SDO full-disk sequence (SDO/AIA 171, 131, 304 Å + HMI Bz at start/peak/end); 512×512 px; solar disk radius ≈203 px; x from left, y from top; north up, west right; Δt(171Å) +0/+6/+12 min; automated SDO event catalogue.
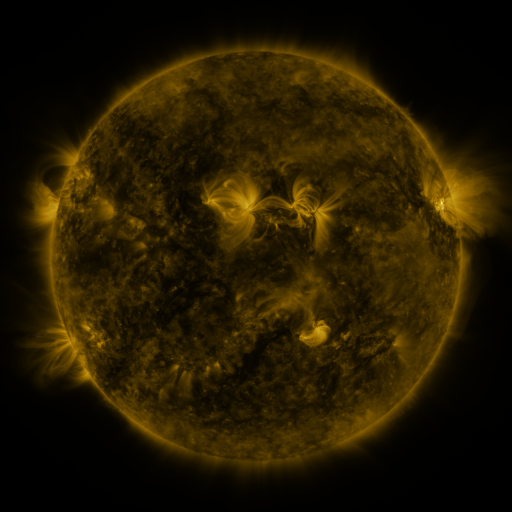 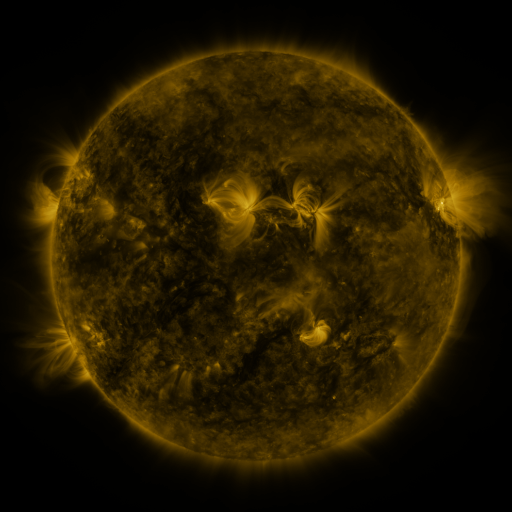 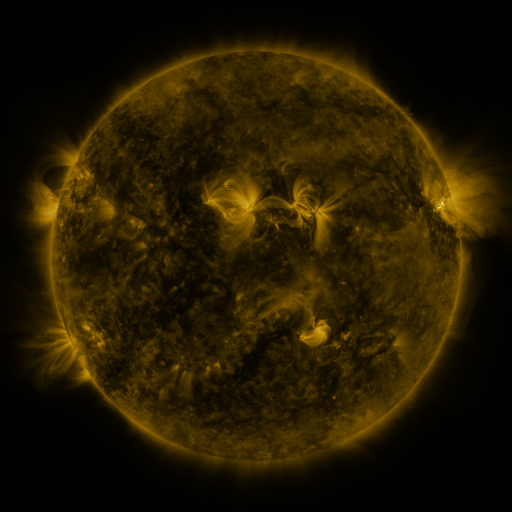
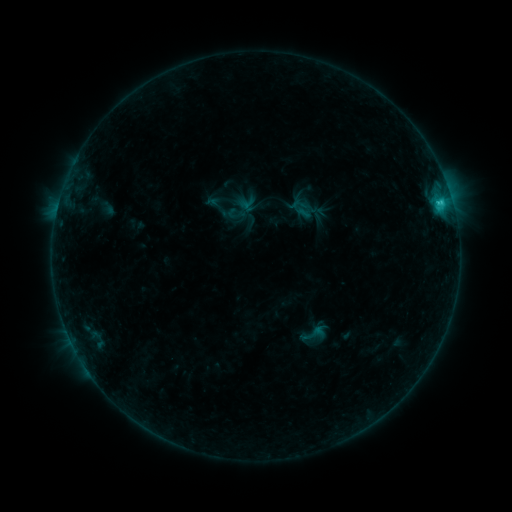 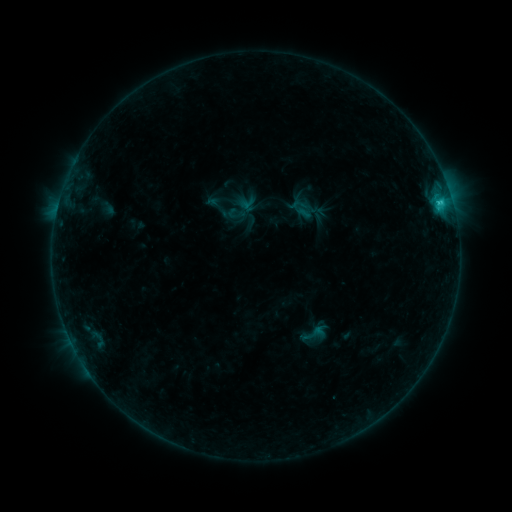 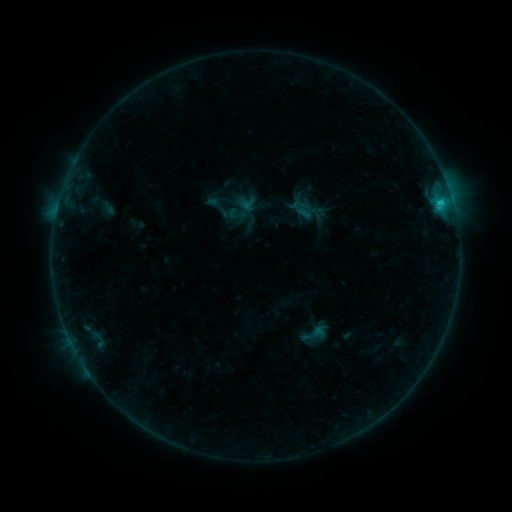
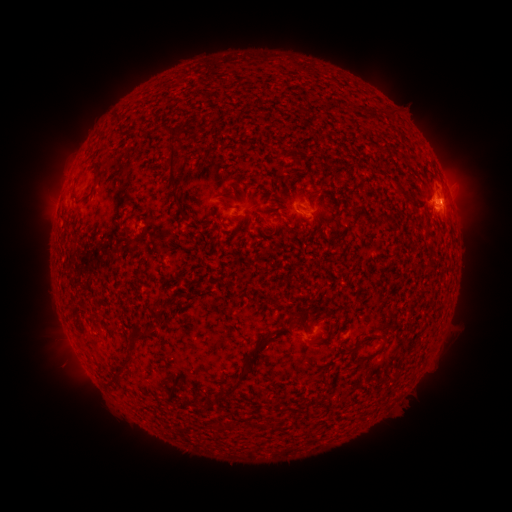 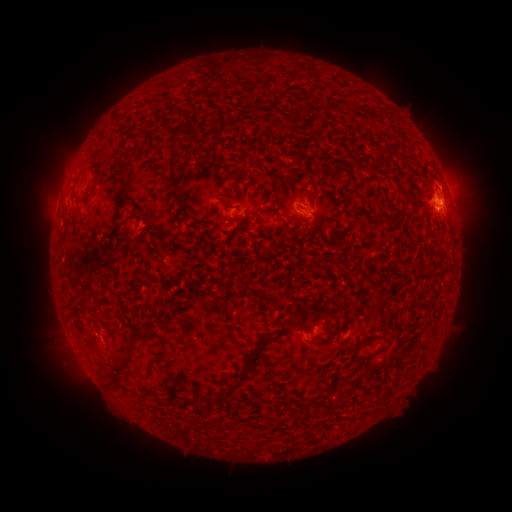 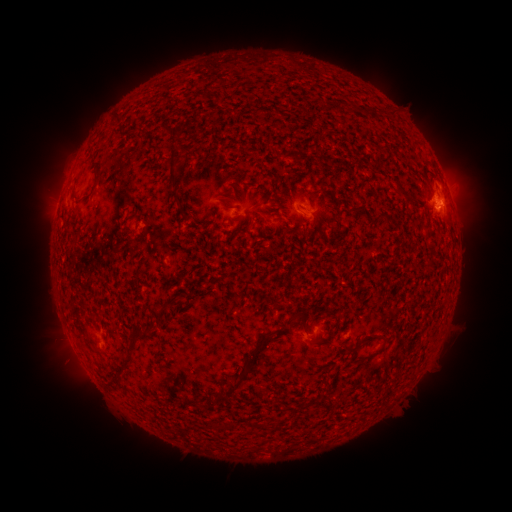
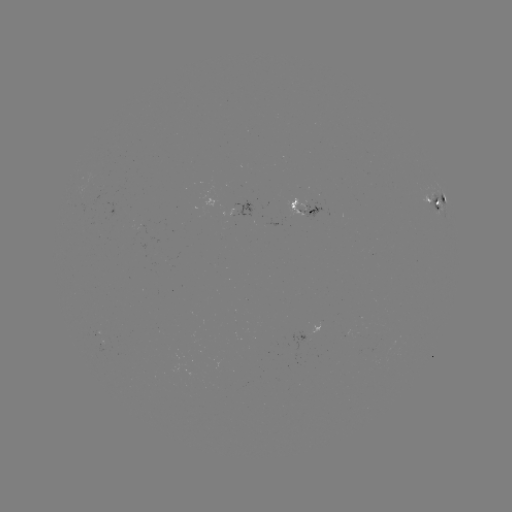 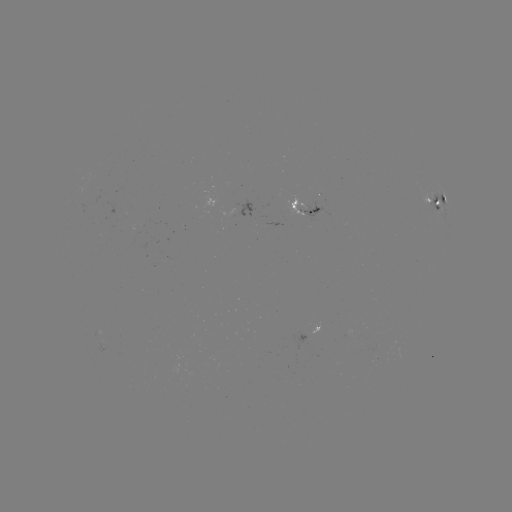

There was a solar eruption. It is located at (96, 337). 